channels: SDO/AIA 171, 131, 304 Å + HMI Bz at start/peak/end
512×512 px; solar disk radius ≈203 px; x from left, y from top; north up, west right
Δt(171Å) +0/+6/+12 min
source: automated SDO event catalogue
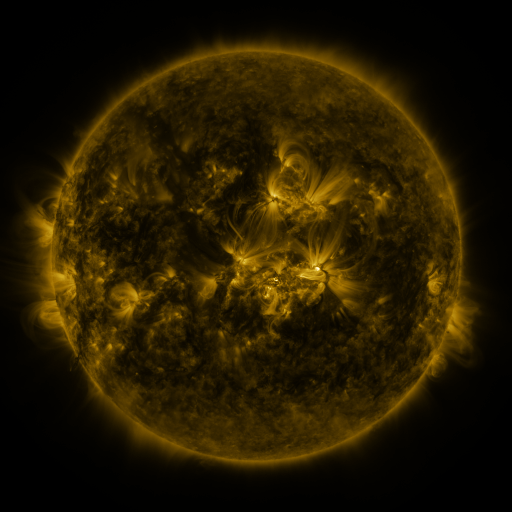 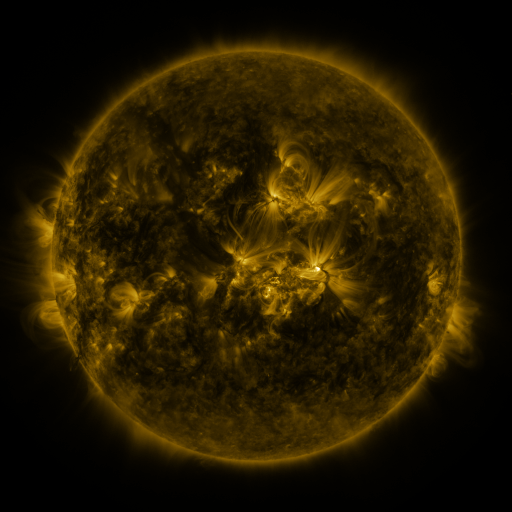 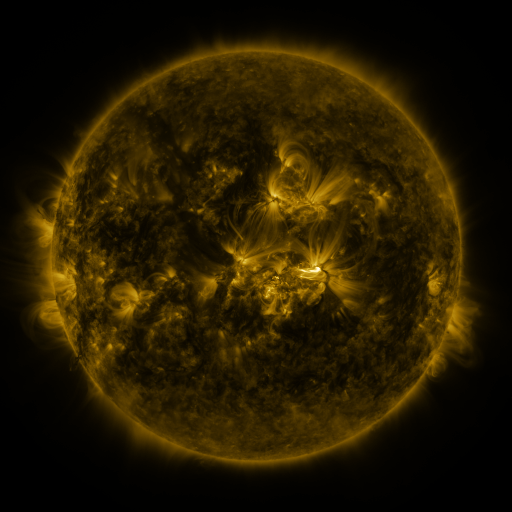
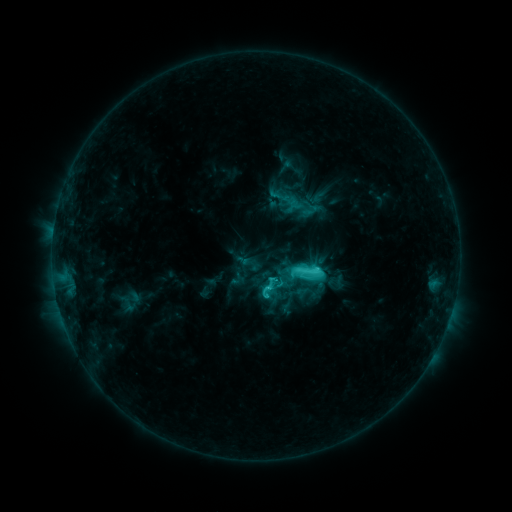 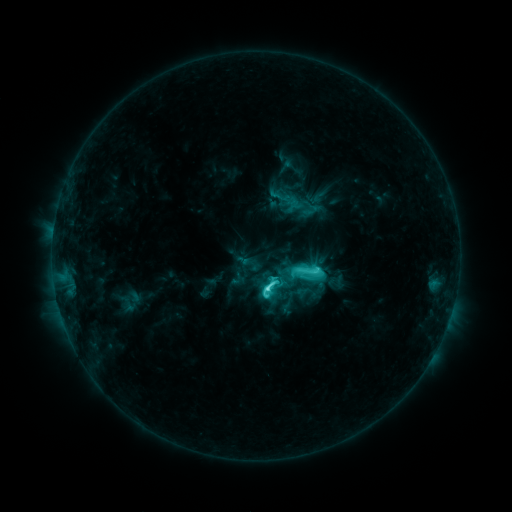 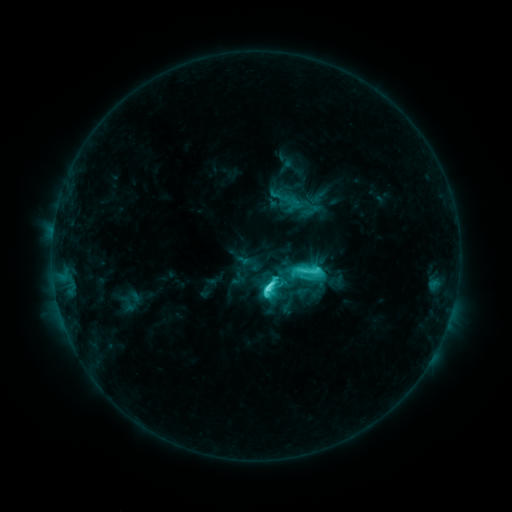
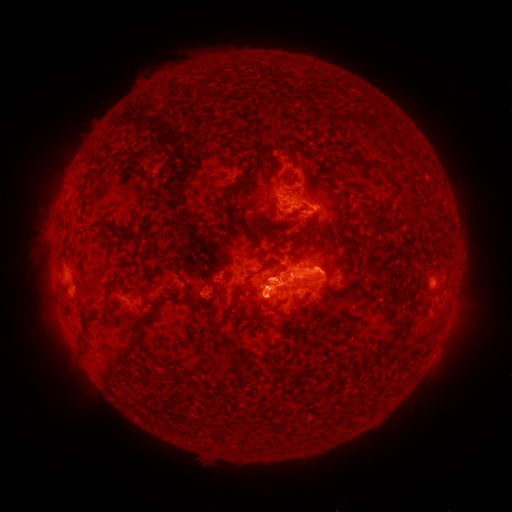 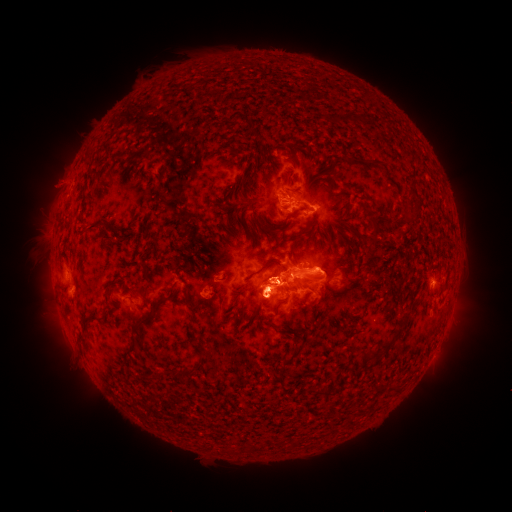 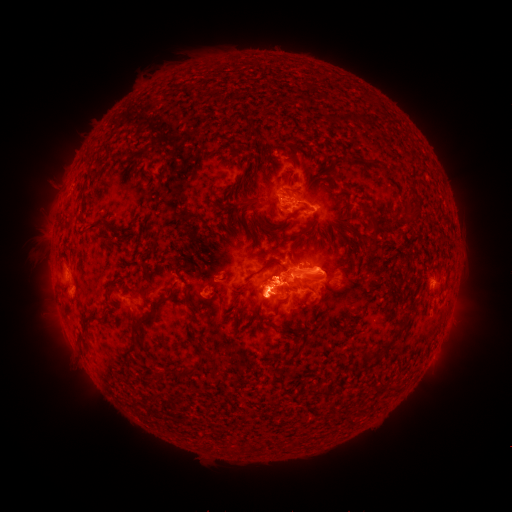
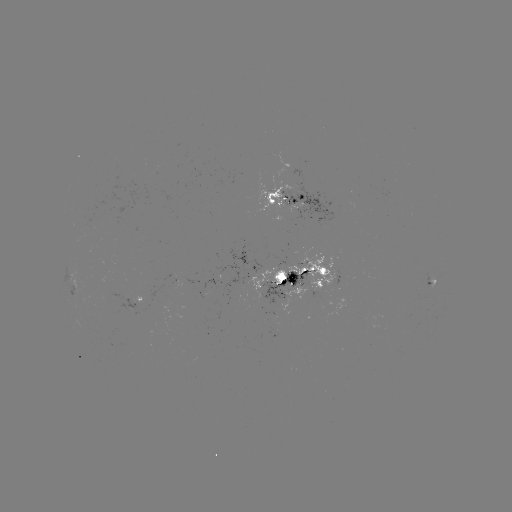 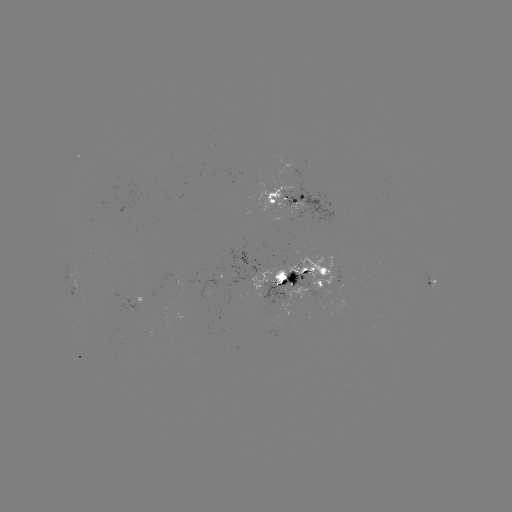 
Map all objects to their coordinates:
eruption: (56, 183)
